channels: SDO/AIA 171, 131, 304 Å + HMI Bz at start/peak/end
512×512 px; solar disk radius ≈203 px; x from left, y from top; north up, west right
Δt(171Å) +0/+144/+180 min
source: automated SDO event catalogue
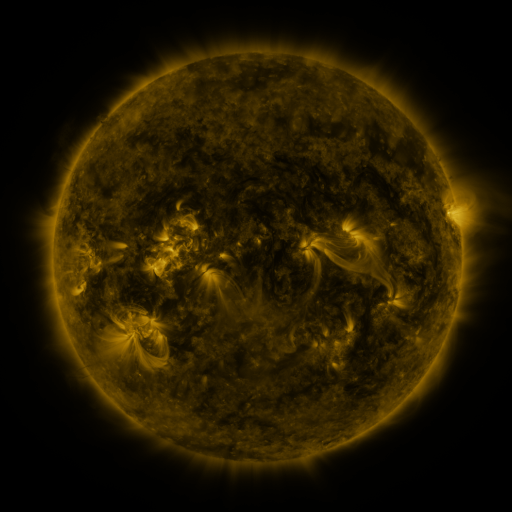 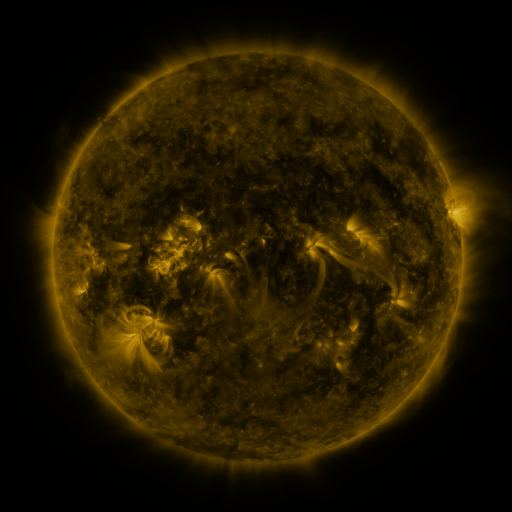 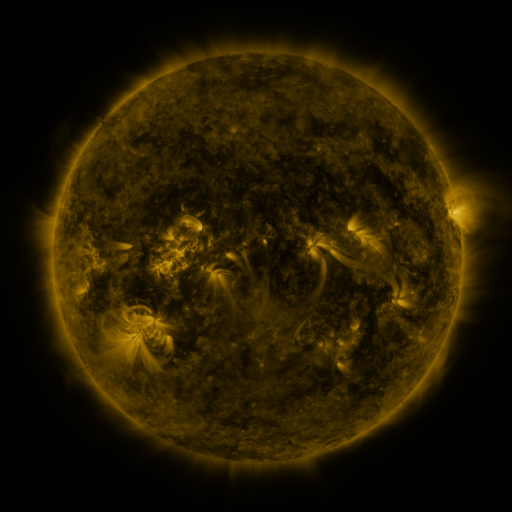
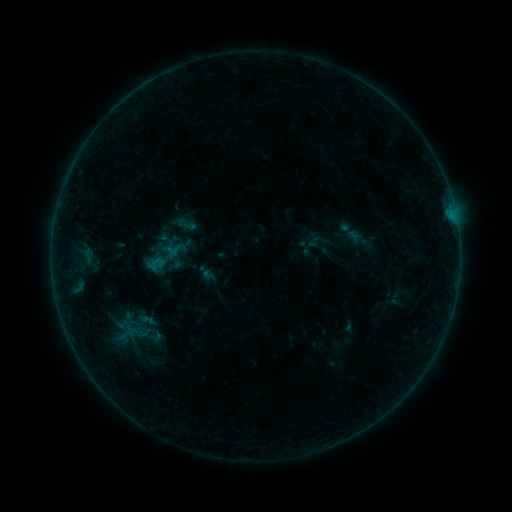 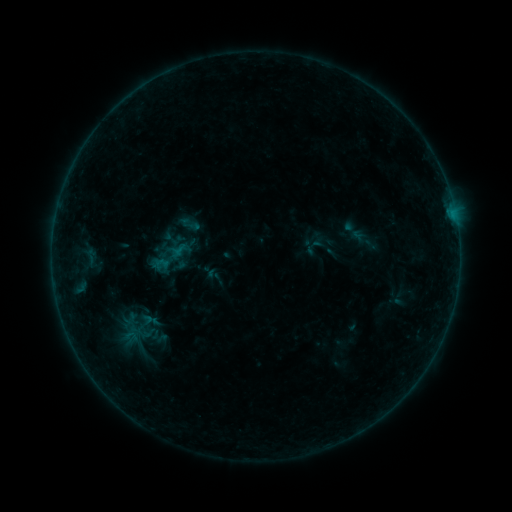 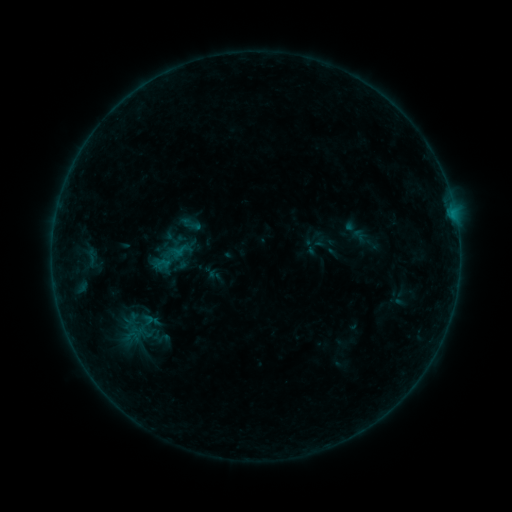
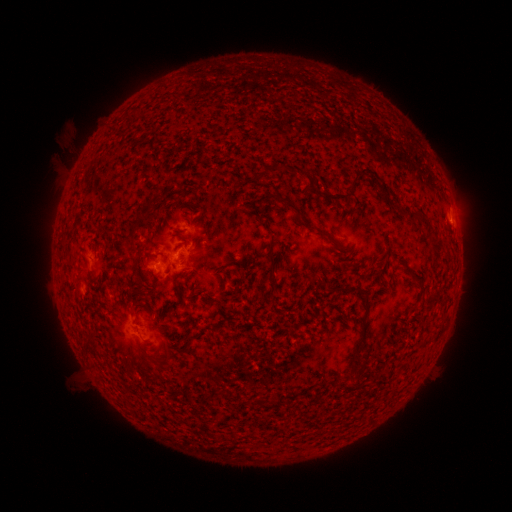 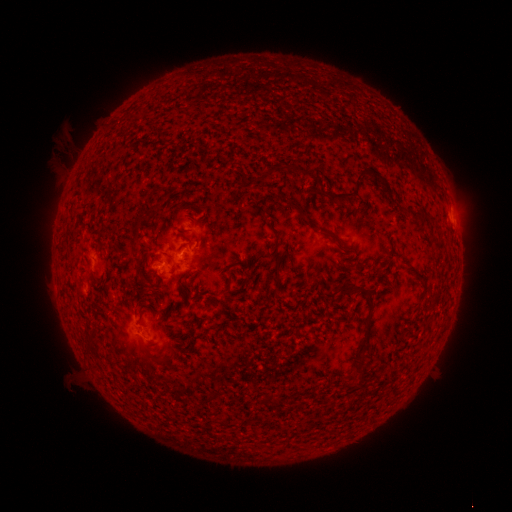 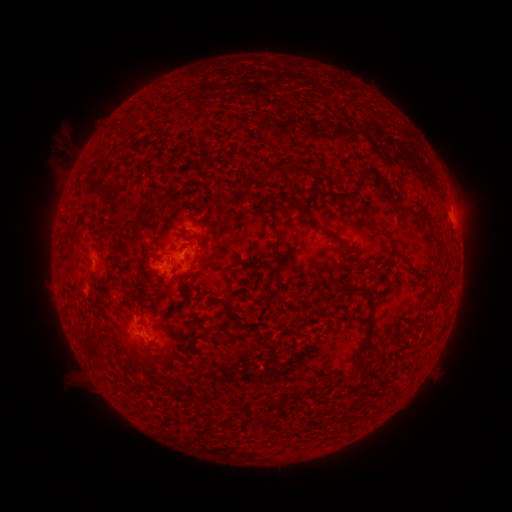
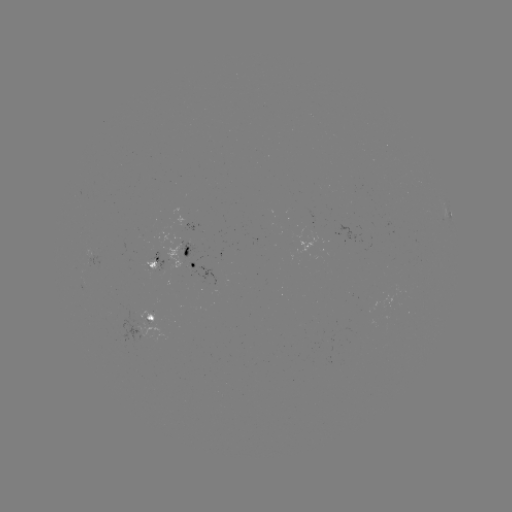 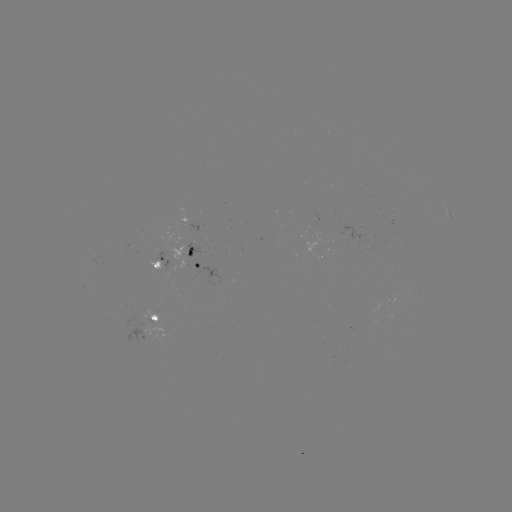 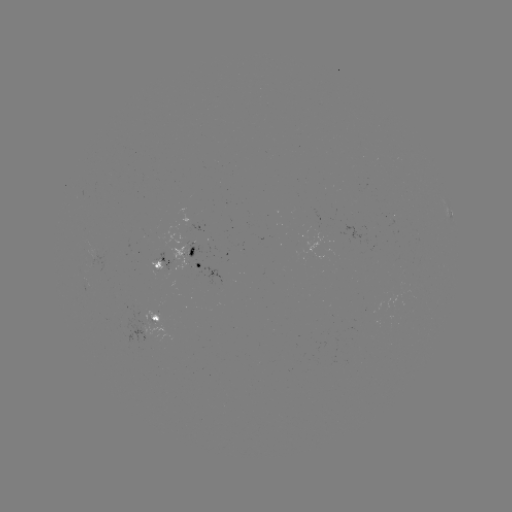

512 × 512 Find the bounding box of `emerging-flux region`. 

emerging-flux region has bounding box [385, 216, 396, 226].